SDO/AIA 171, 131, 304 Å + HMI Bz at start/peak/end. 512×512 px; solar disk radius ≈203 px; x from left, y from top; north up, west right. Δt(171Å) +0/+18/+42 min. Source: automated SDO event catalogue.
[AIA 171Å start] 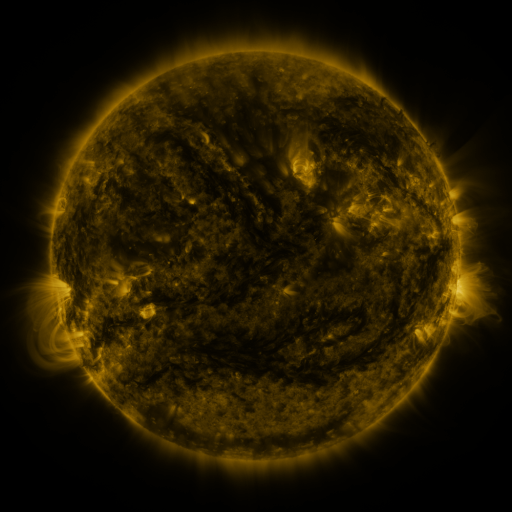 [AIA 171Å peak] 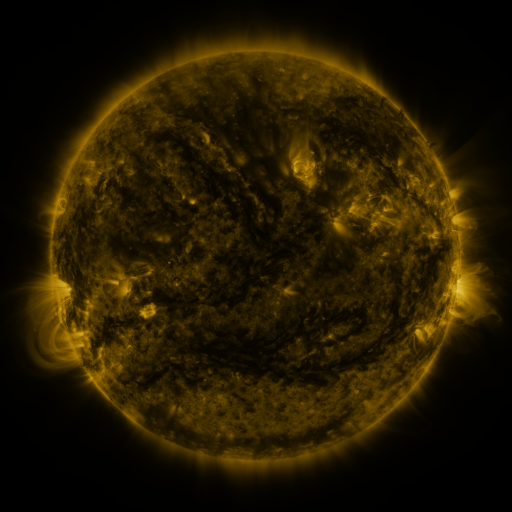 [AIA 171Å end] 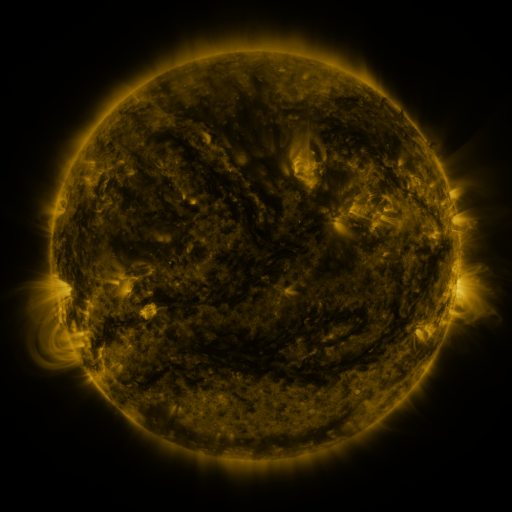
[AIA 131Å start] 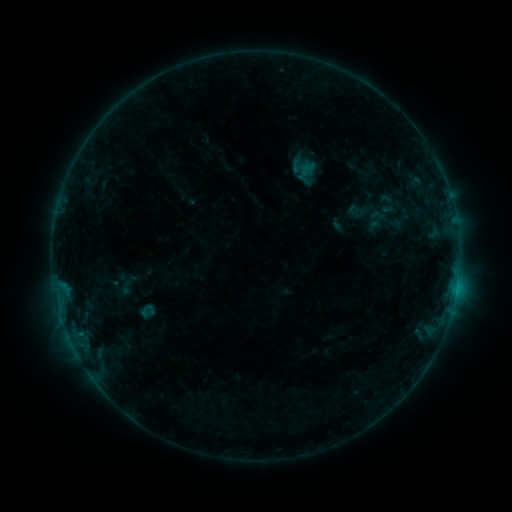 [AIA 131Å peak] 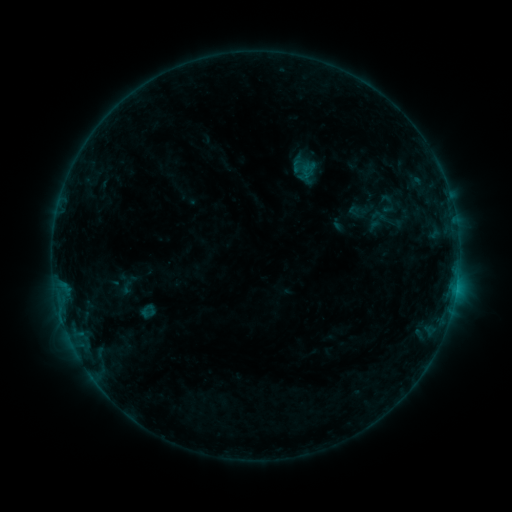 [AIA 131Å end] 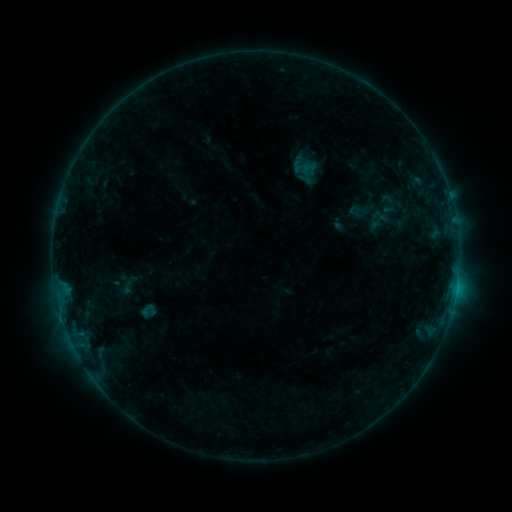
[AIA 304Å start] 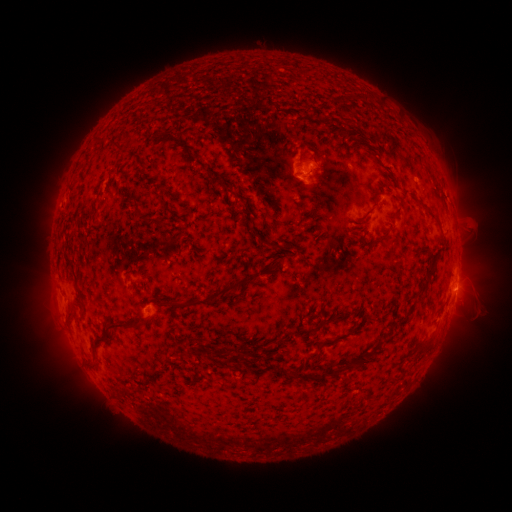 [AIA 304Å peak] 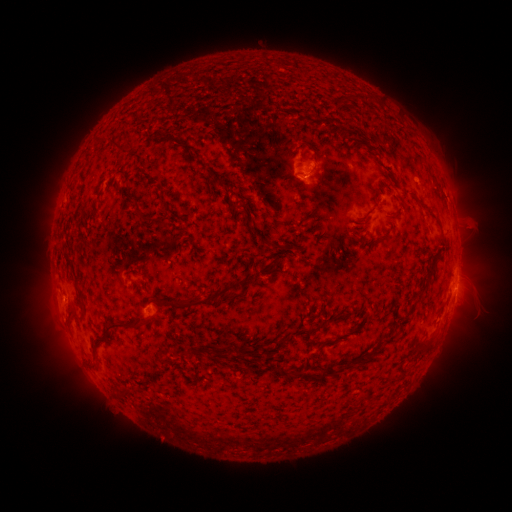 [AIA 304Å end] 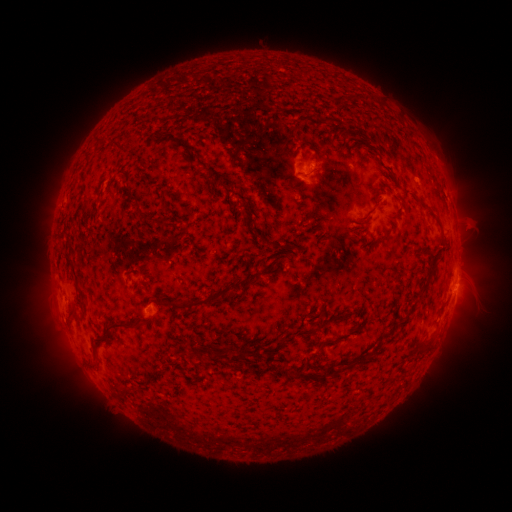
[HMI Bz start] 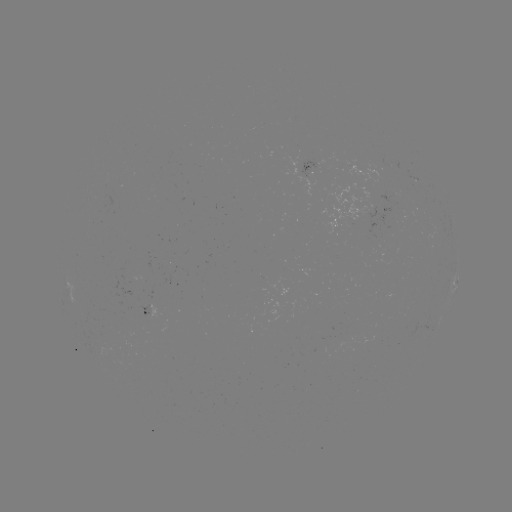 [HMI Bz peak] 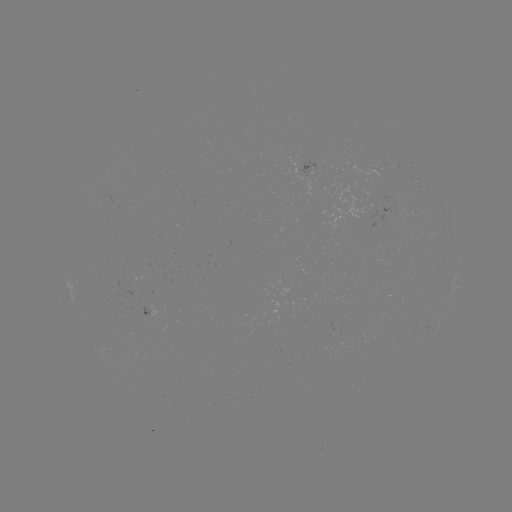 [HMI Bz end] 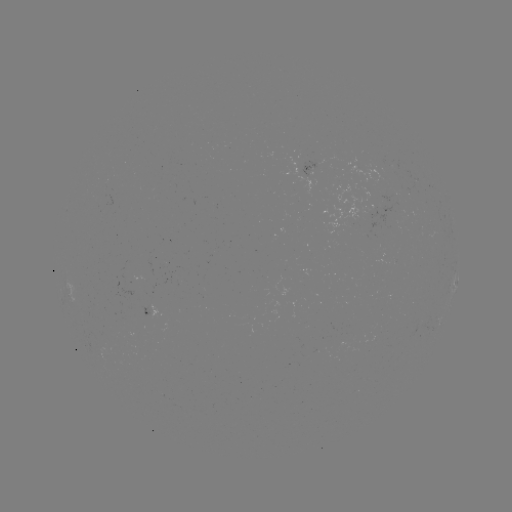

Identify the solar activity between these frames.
no classed flare was catalogued and no EUV brightening was flagged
